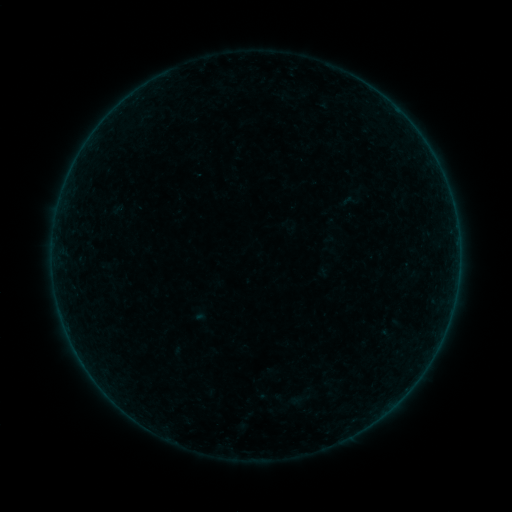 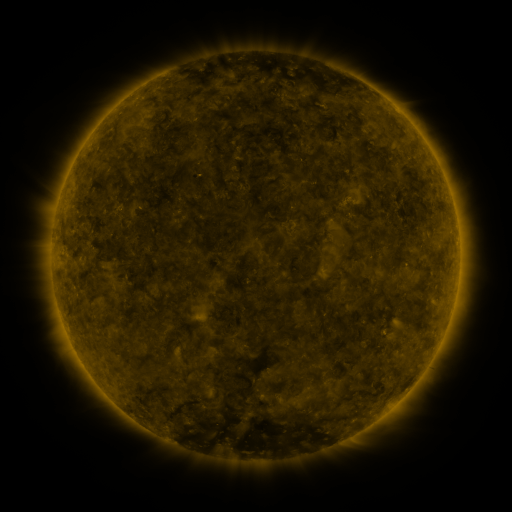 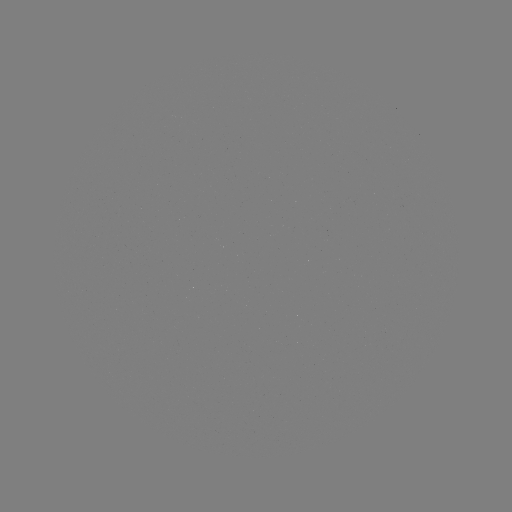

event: sigmoid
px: (349, 201)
